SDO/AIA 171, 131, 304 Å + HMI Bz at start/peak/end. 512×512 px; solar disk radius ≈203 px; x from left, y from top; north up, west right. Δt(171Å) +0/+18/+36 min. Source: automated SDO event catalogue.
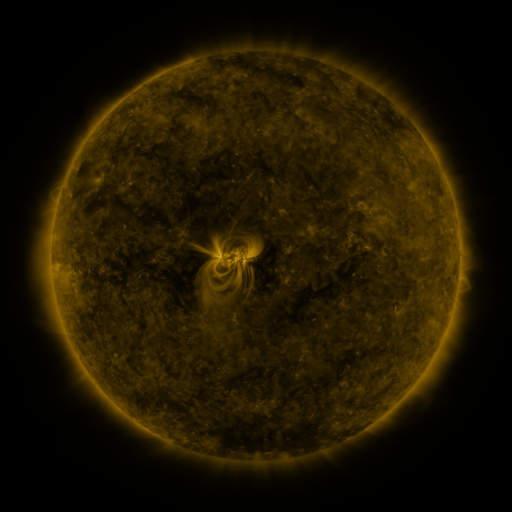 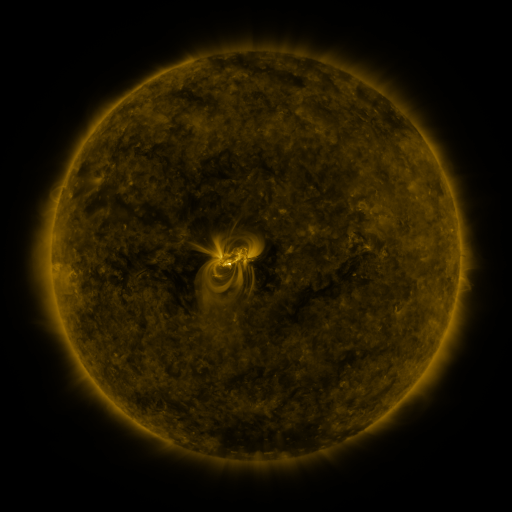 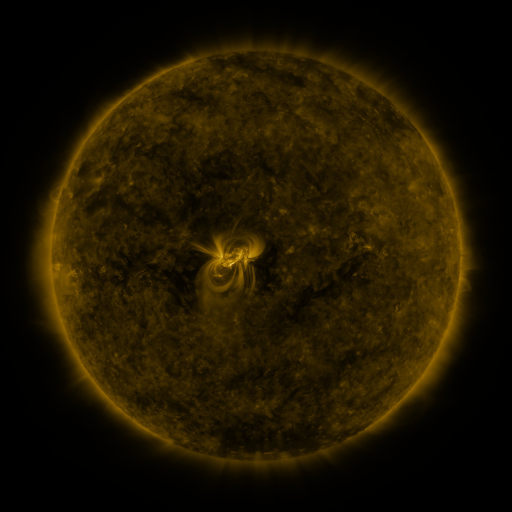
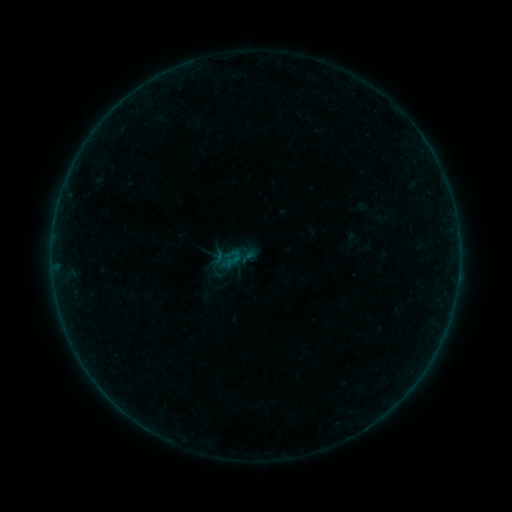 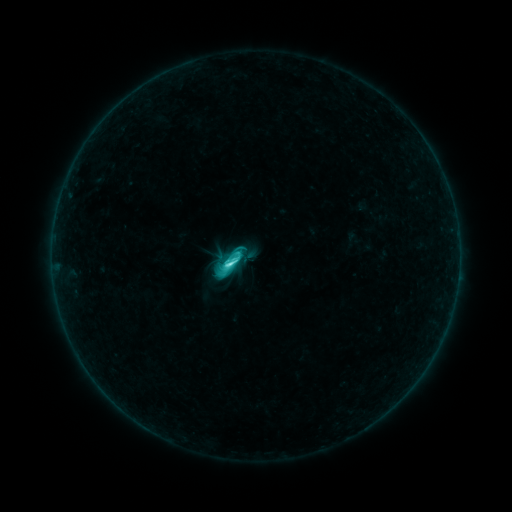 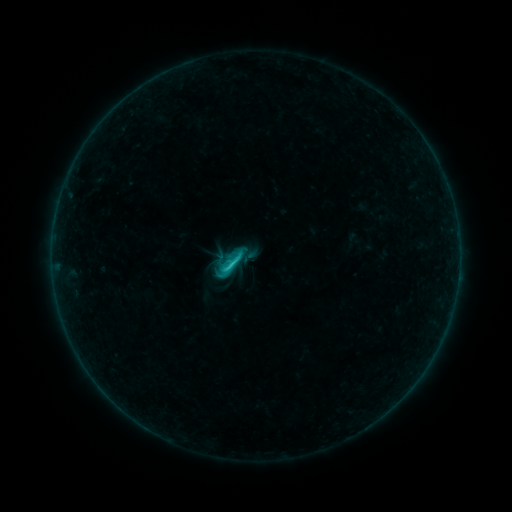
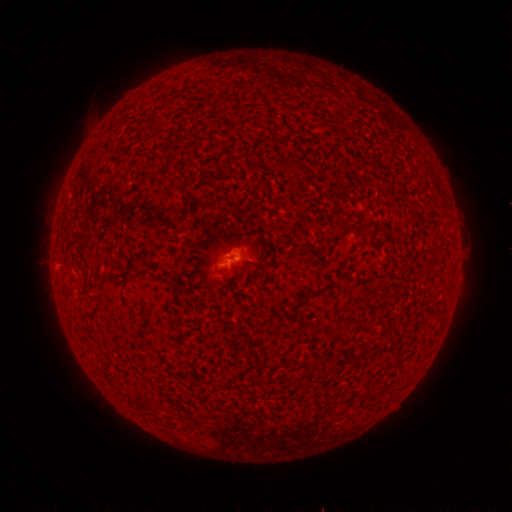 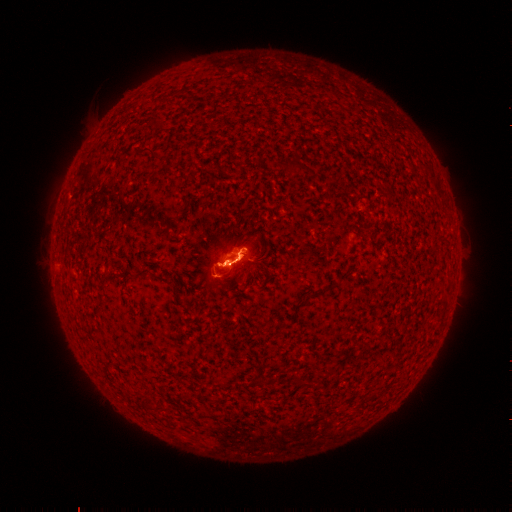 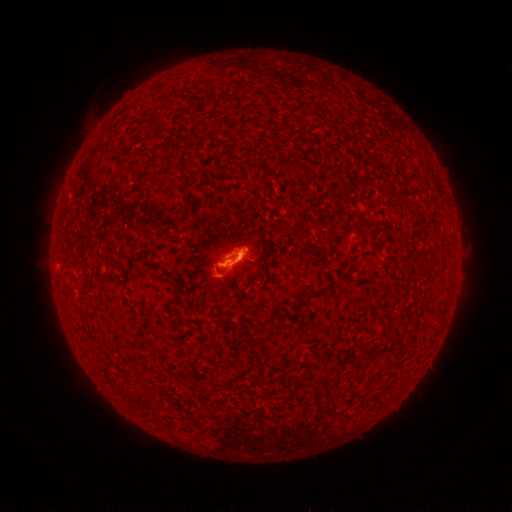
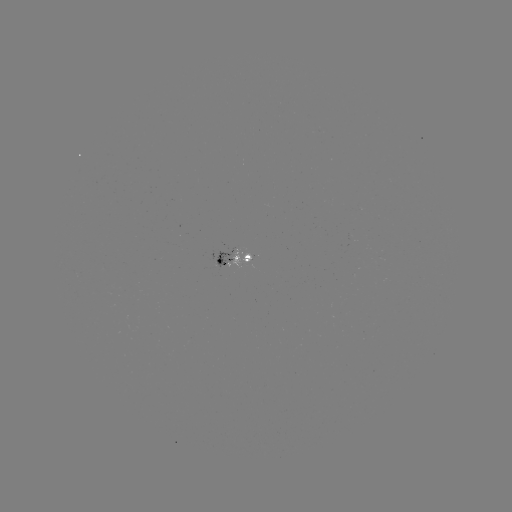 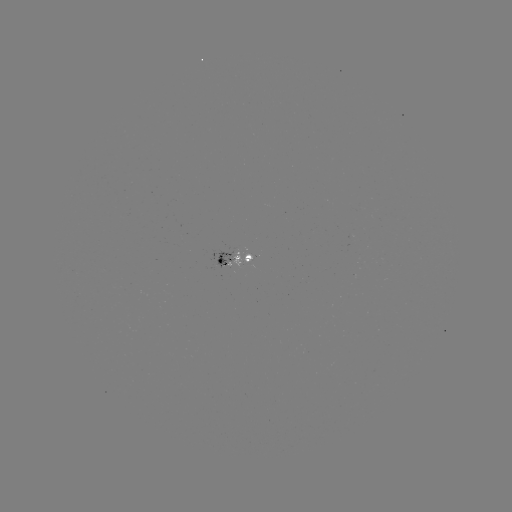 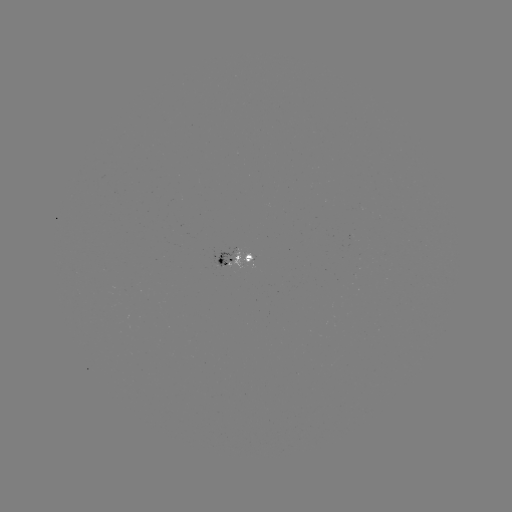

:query C4.6 flare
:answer [231, 261]